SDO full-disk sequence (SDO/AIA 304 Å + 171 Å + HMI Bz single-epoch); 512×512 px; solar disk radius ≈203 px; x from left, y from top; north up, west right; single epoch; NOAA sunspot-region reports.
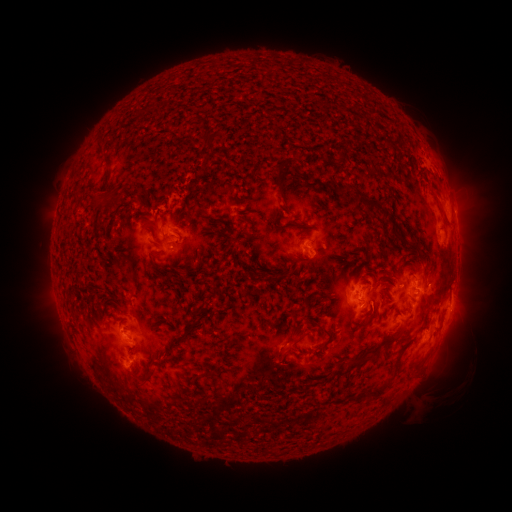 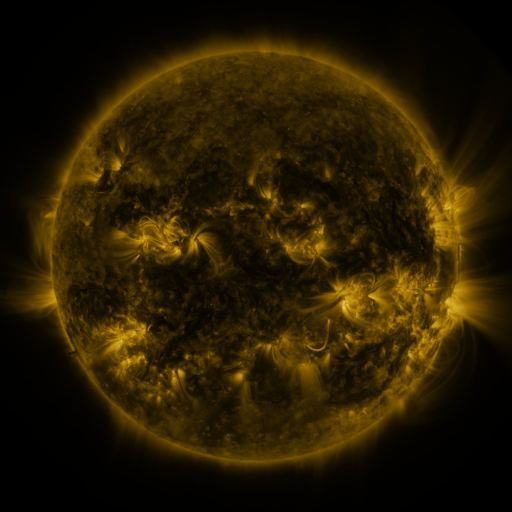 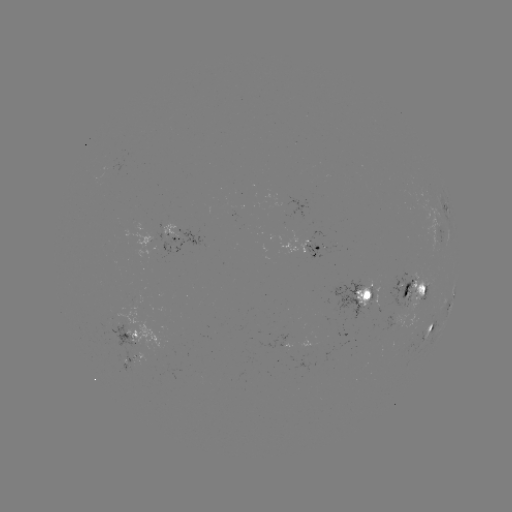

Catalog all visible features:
spotted active region: (444, 203)
spotted active region: (435, 233)
spotted active region: (187, 237)
spotted active region: (312, 251)
spotted active region: (415, 289)
spotted active region: (363, 292)
spotted active region: (452, 297)
spotted active region: (435, 323)
spotted active region: (135, 335)
spotted active region: (133, 360)
